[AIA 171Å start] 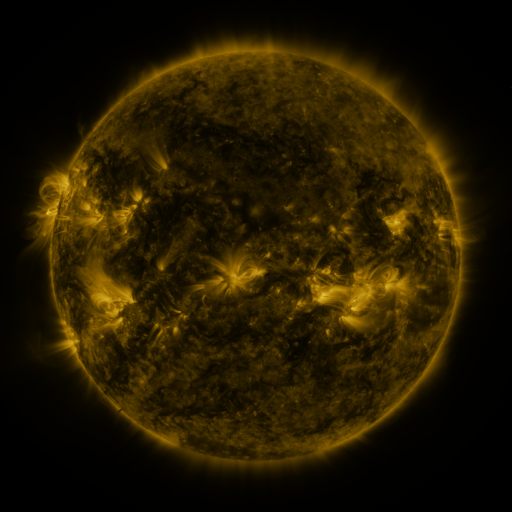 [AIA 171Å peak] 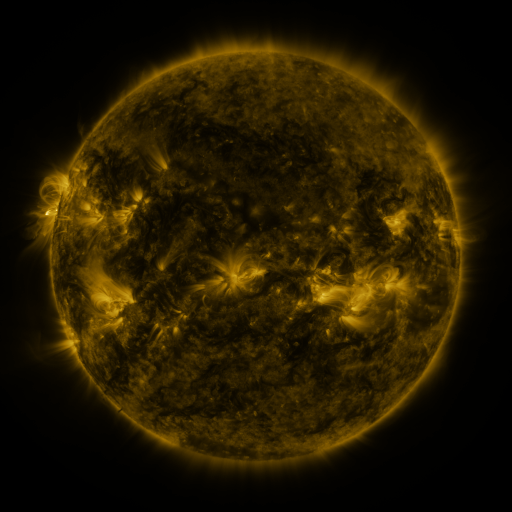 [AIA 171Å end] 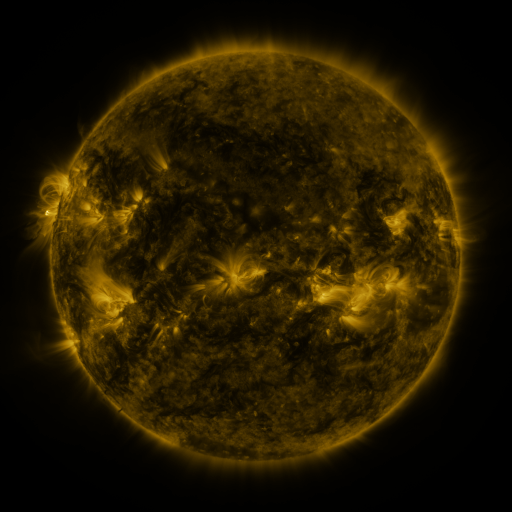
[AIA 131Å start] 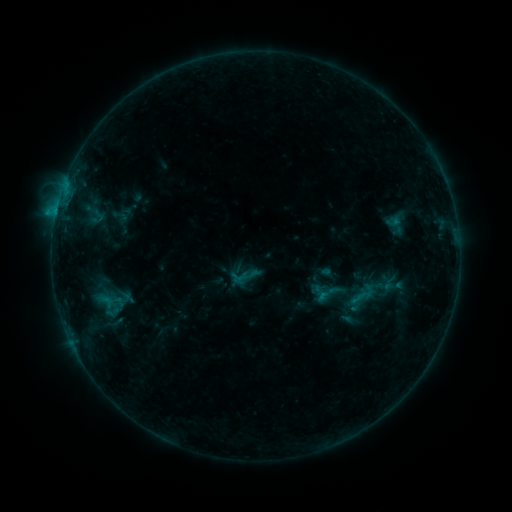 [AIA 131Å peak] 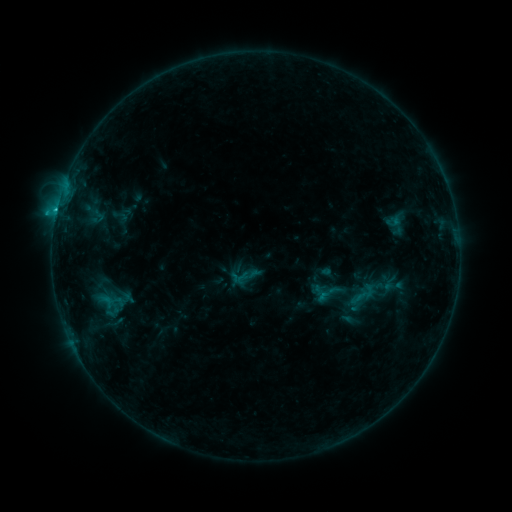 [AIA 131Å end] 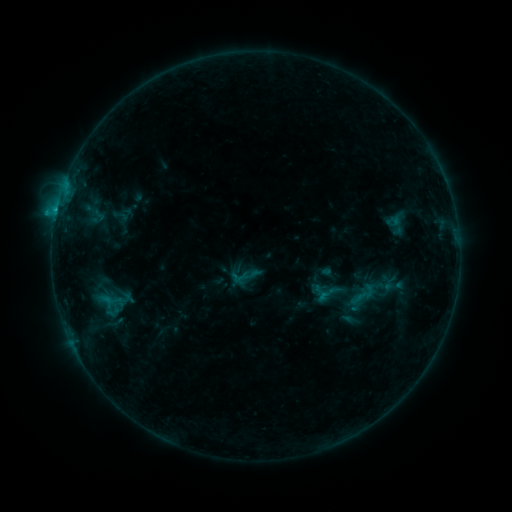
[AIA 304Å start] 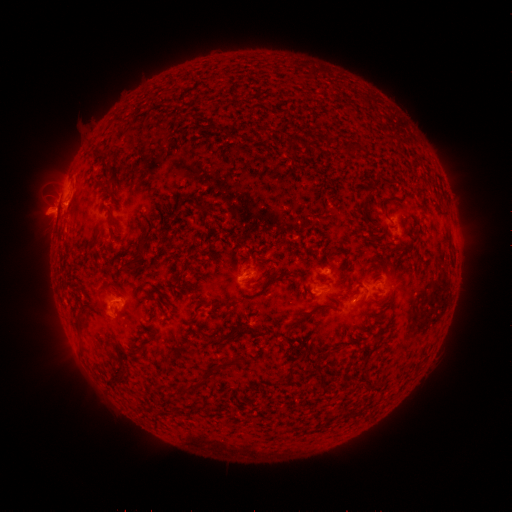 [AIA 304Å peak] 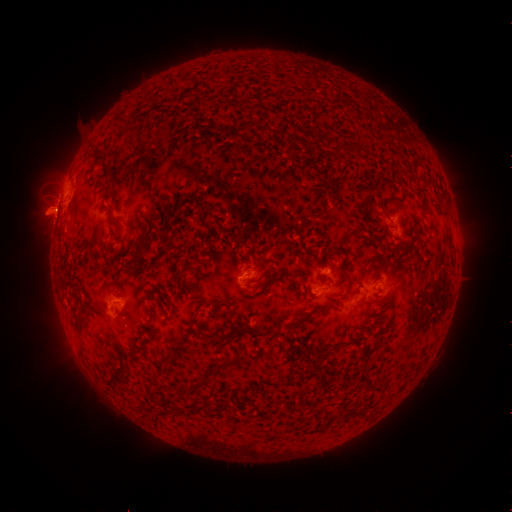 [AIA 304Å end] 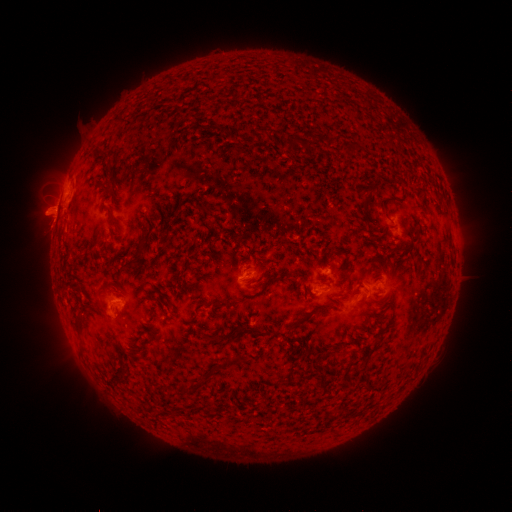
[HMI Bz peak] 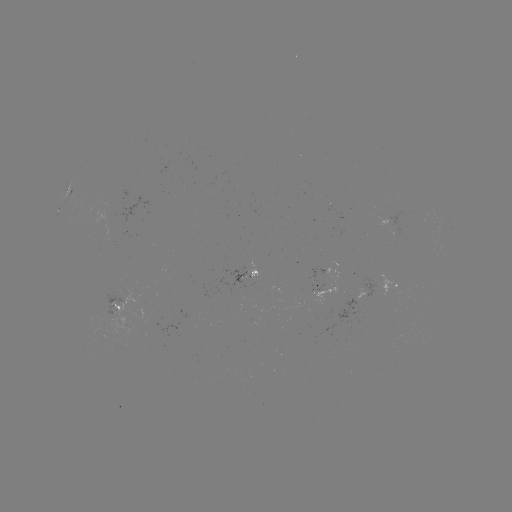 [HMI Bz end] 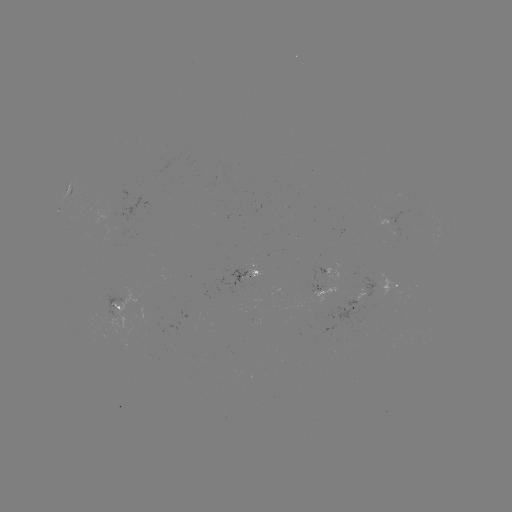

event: flare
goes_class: C1.0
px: (59, 213)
